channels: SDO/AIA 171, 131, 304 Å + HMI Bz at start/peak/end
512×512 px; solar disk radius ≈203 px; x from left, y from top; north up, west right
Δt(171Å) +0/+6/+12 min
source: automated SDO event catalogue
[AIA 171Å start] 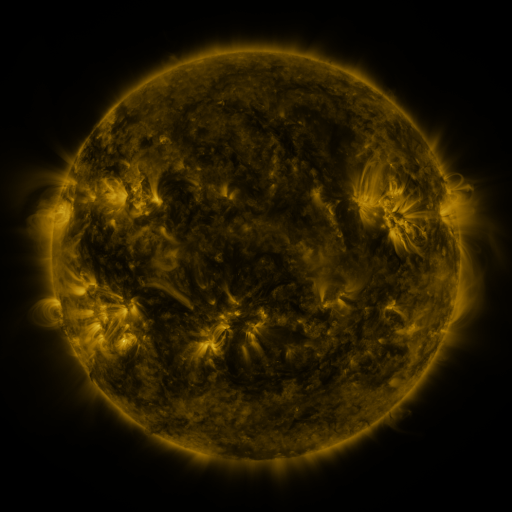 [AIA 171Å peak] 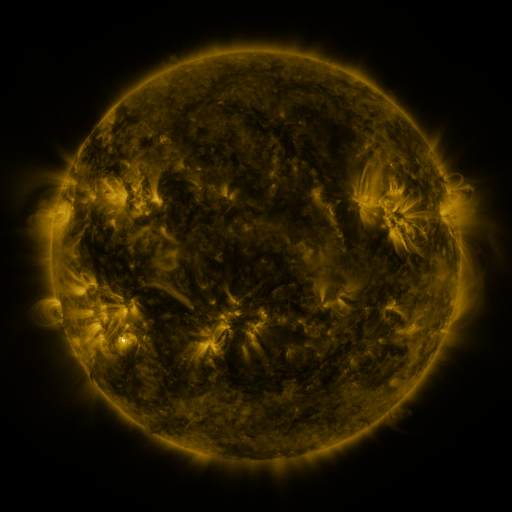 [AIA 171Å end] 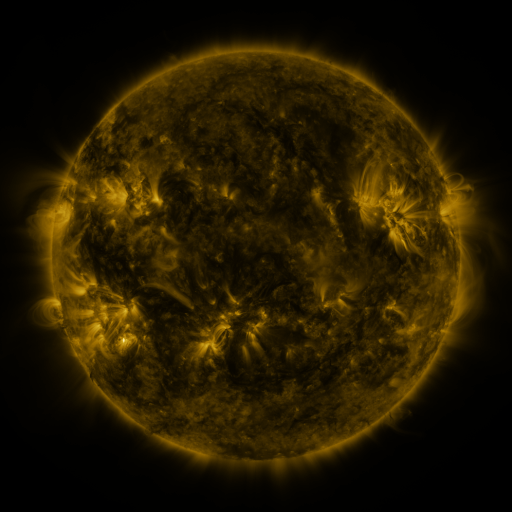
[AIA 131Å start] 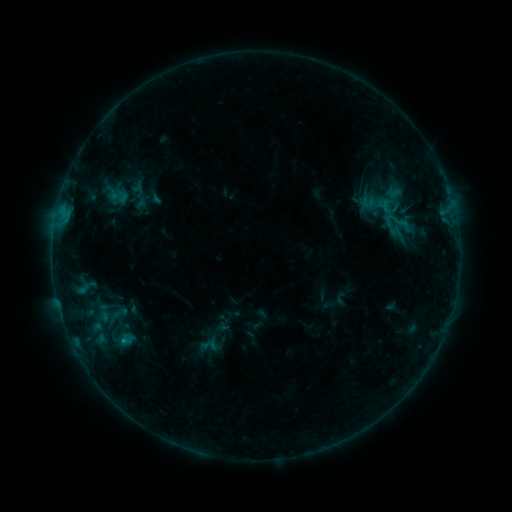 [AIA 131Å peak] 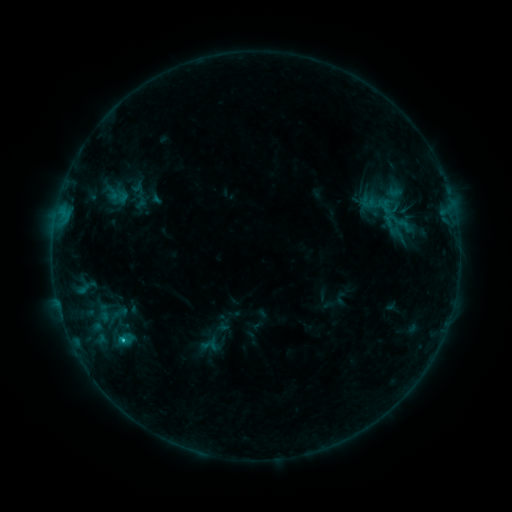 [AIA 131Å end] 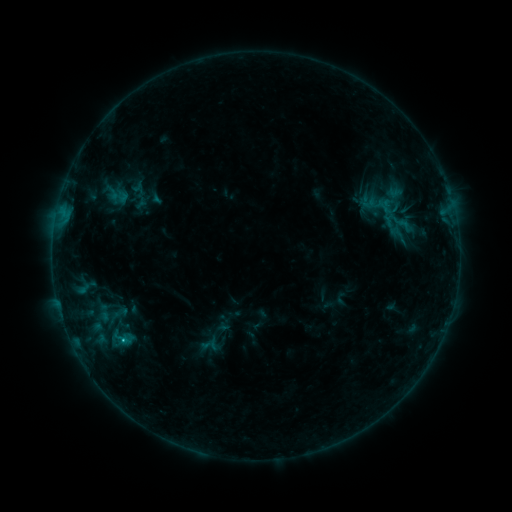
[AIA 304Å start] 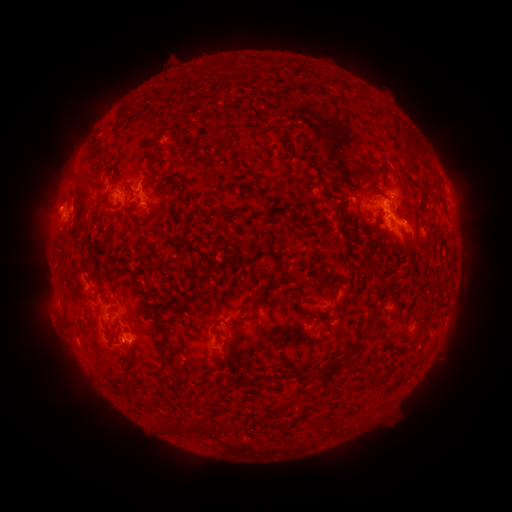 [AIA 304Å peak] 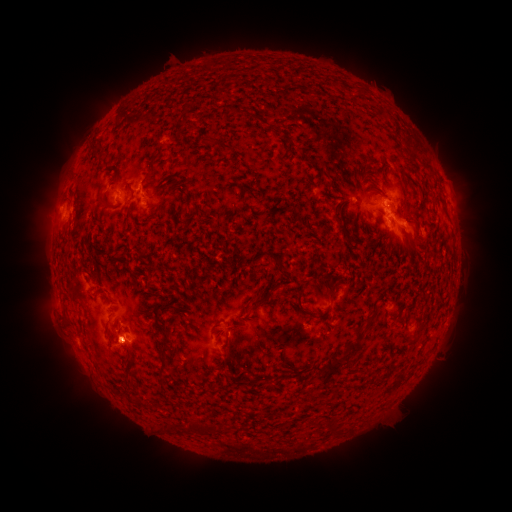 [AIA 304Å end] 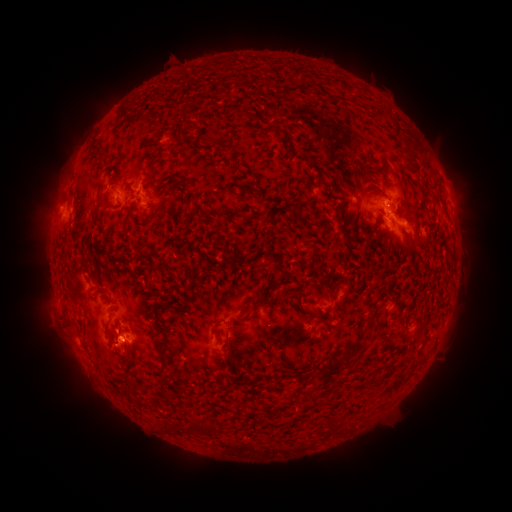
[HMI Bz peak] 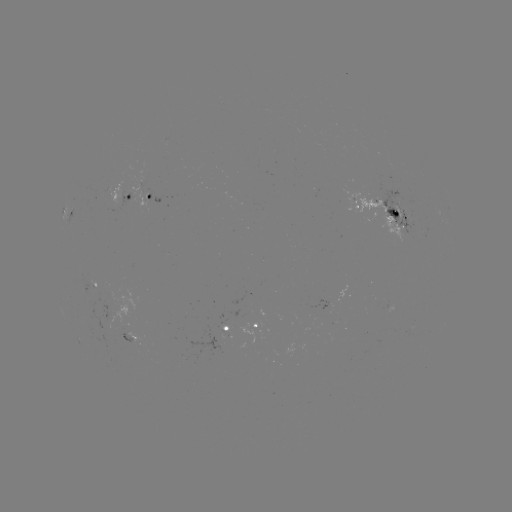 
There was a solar flare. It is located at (120, 336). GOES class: C1.0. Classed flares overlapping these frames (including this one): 2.